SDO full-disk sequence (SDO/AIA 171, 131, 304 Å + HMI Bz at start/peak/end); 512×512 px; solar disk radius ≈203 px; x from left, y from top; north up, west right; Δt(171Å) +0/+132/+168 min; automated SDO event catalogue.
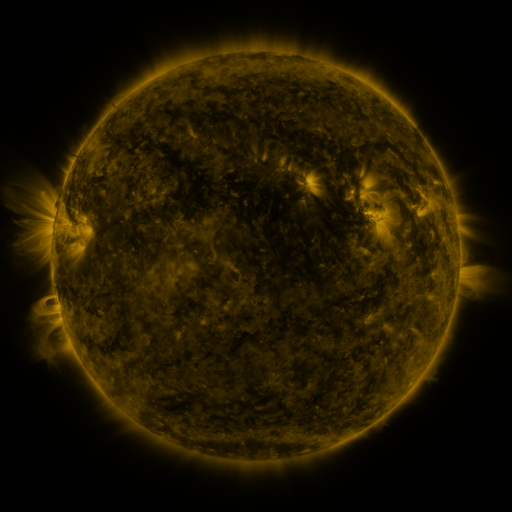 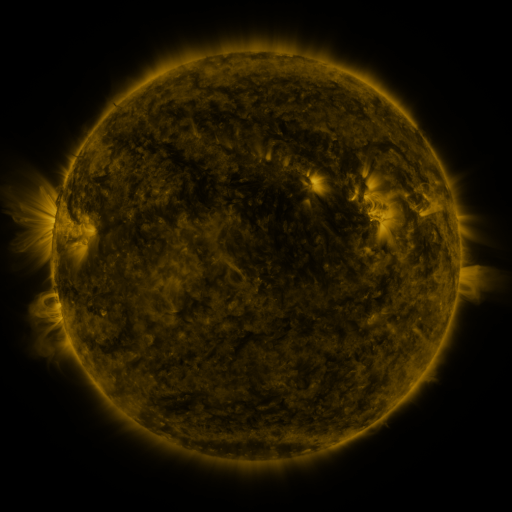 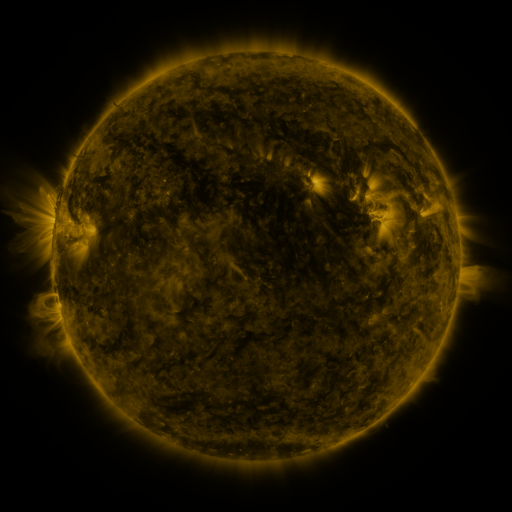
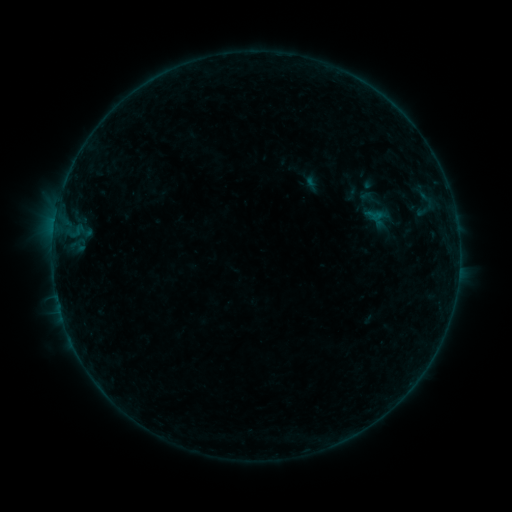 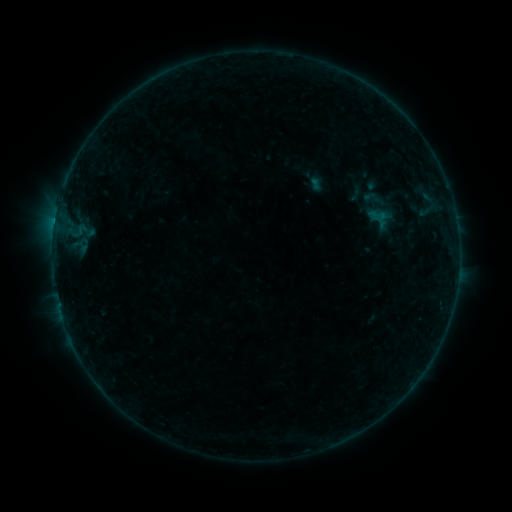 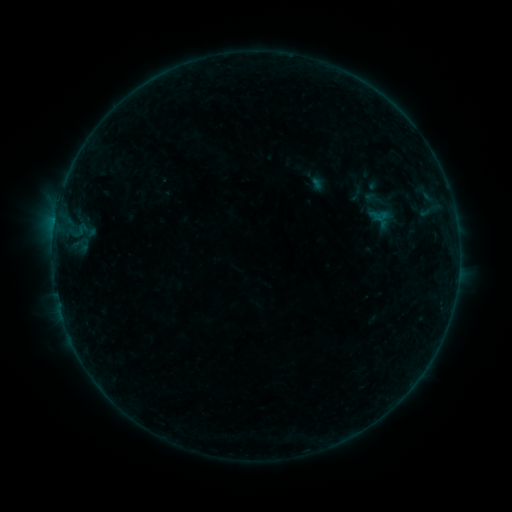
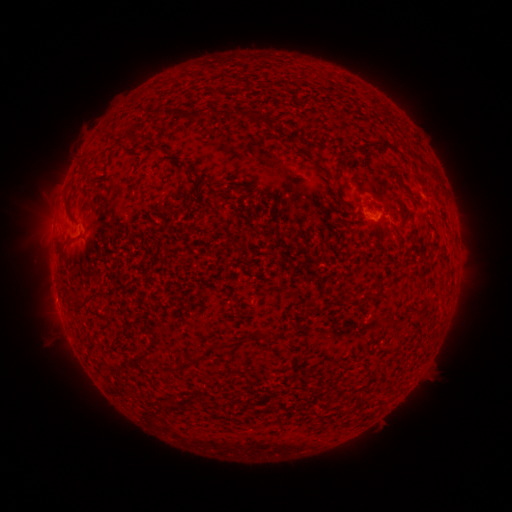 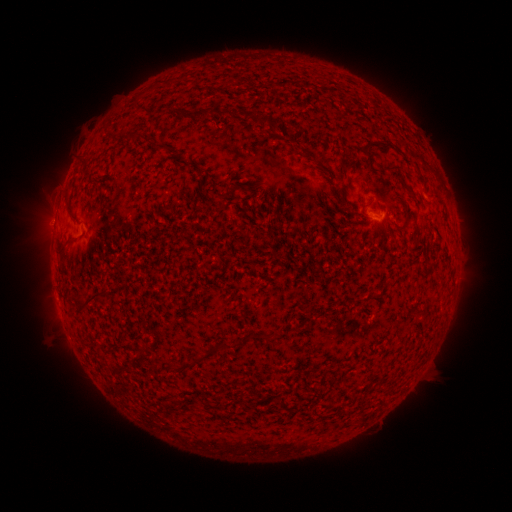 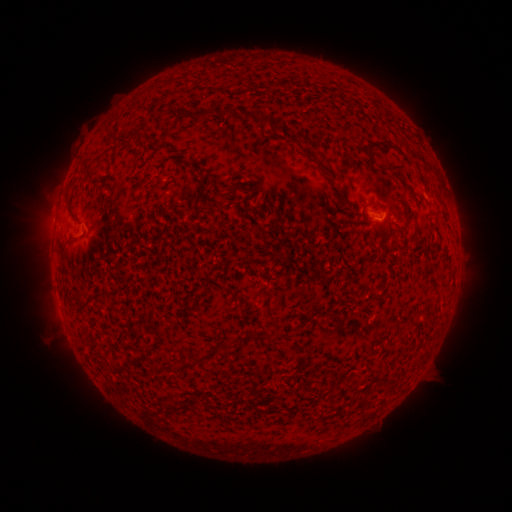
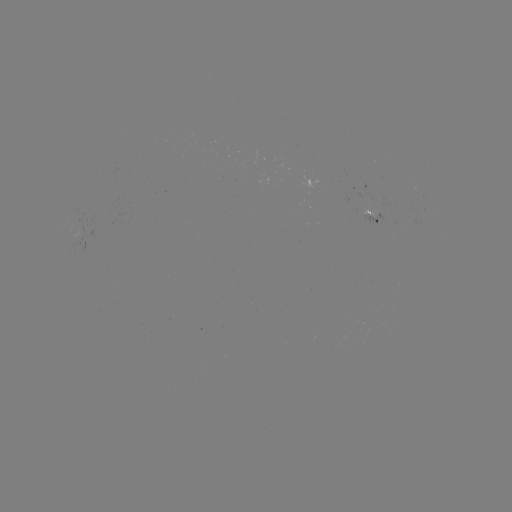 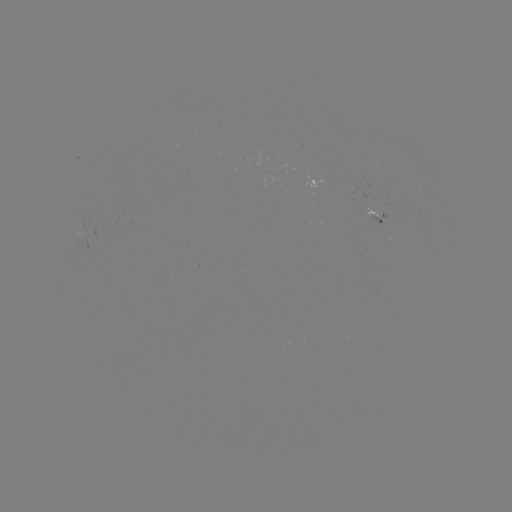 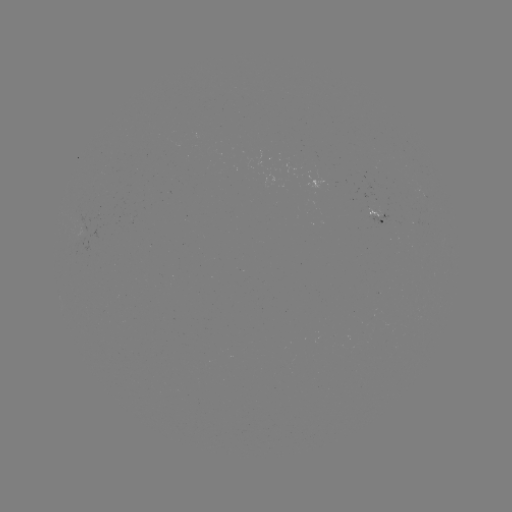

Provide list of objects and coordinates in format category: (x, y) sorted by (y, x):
emerging-flux region: (414, 225)
